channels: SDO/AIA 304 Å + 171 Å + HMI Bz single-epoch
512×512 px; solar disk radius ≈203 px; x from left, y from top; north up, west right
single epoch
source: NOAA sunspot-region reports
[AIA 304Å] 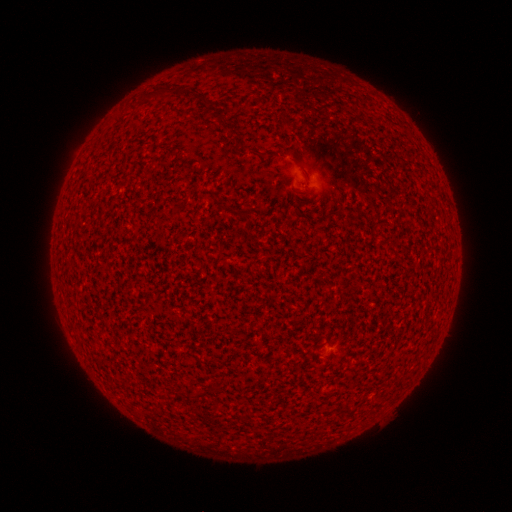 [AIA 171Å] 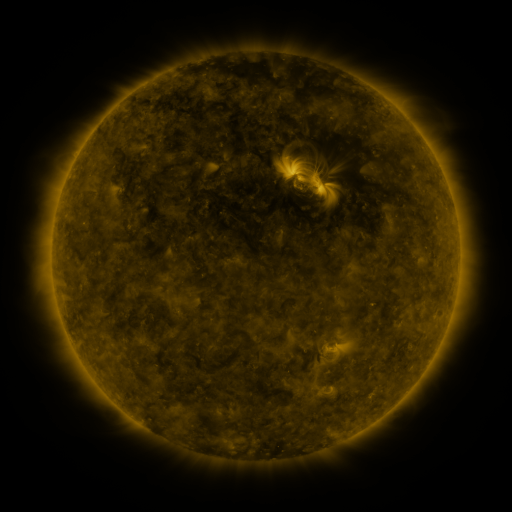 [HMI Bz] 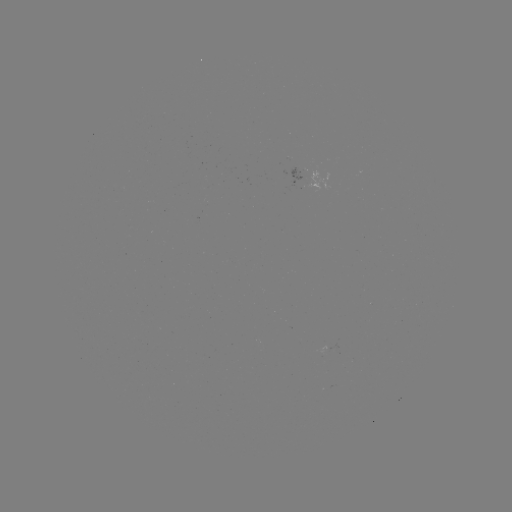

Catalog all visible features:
(none)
